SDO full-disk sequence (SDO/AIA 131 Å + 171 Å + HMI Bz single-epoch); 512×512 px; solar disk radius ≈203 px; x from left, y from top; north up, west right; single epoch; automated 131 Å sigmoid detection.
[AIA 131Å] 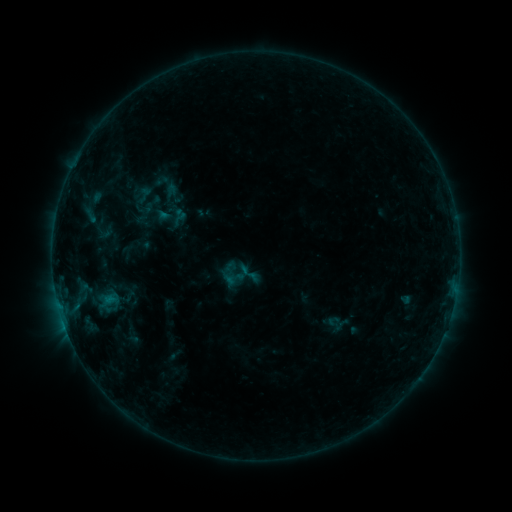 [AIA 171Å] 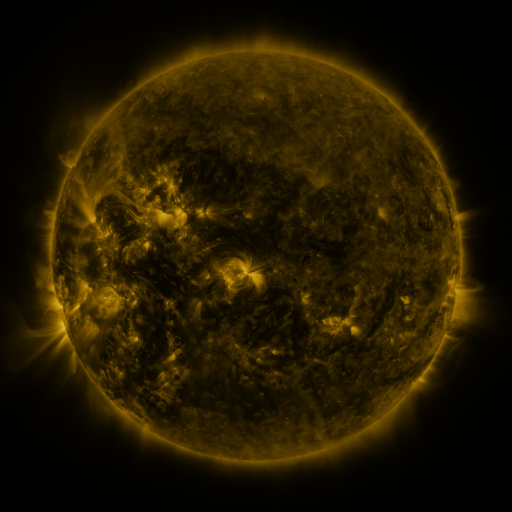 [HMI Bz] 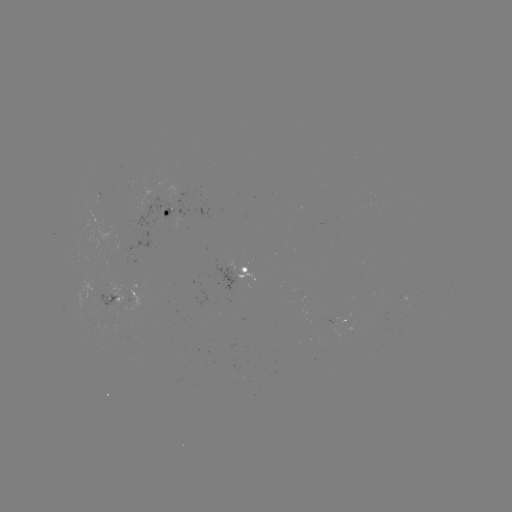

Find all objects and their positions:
sigmoid: <bbox>157, 181, 184, 208</bbox>
sigmoid: <bbox>133, 184, 155, 206</bbox>
sigmoid: <bbox>237, 262, 260, 284</bbox>
